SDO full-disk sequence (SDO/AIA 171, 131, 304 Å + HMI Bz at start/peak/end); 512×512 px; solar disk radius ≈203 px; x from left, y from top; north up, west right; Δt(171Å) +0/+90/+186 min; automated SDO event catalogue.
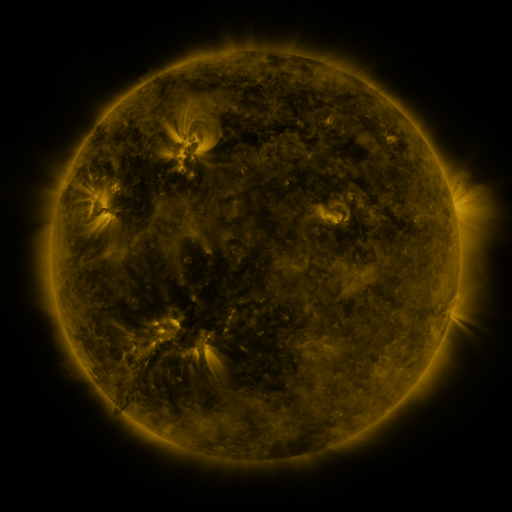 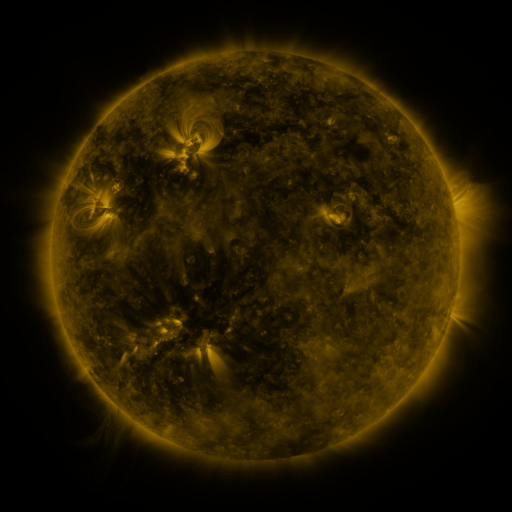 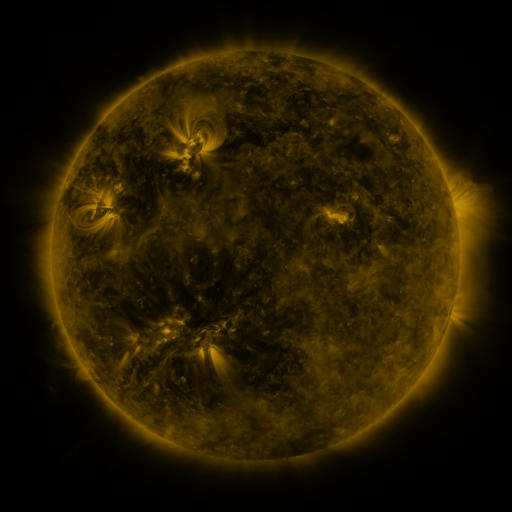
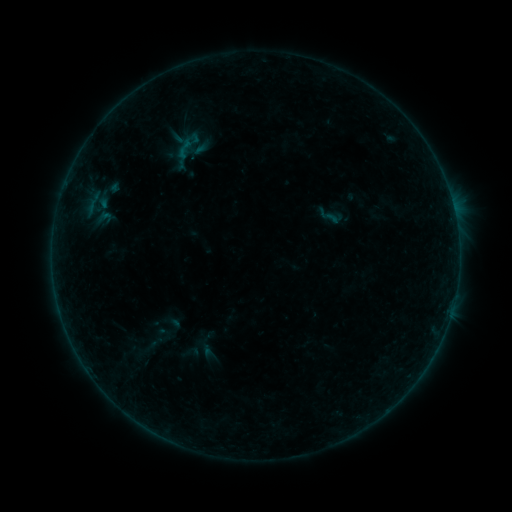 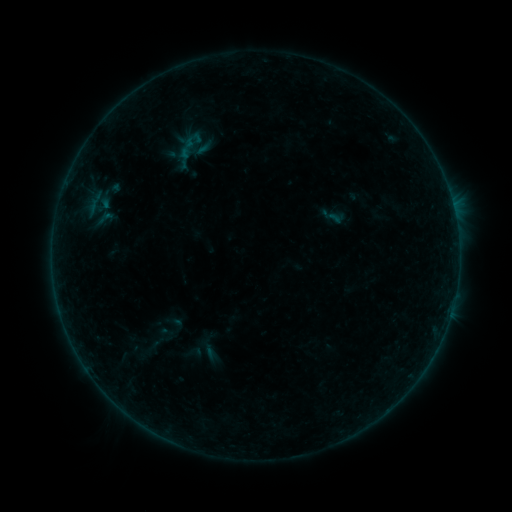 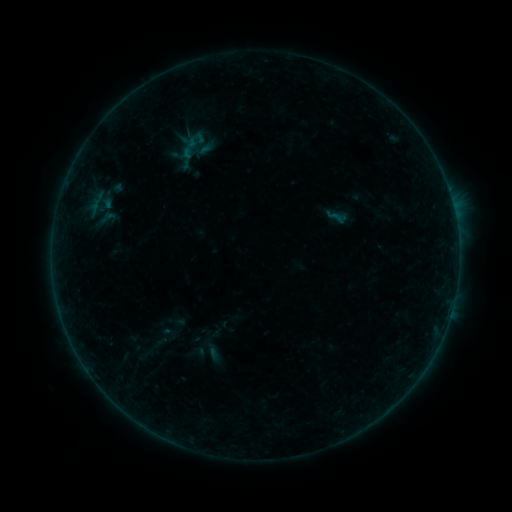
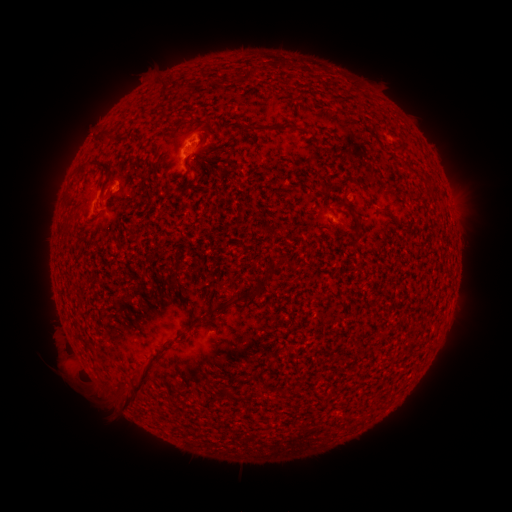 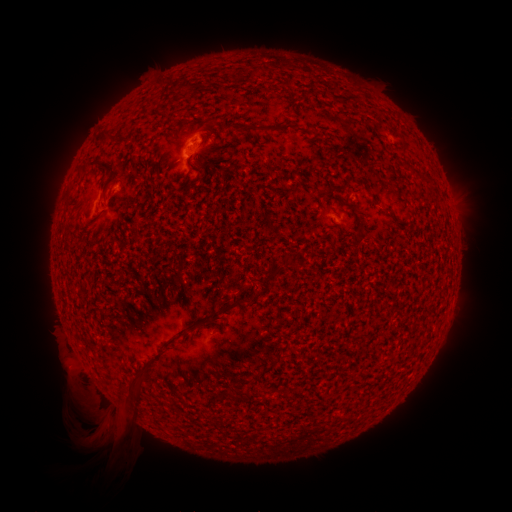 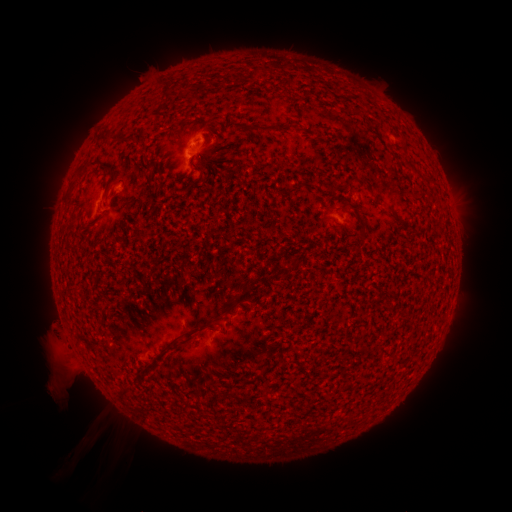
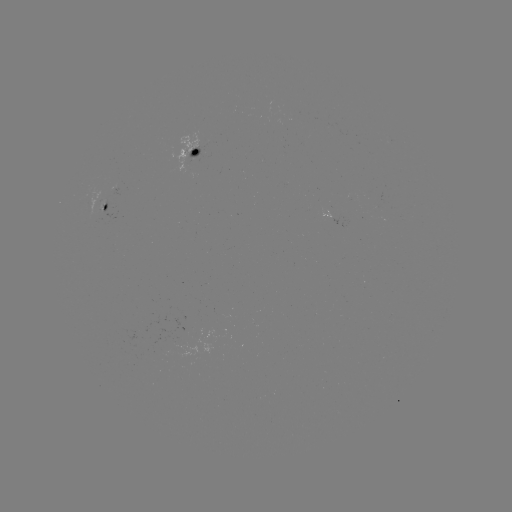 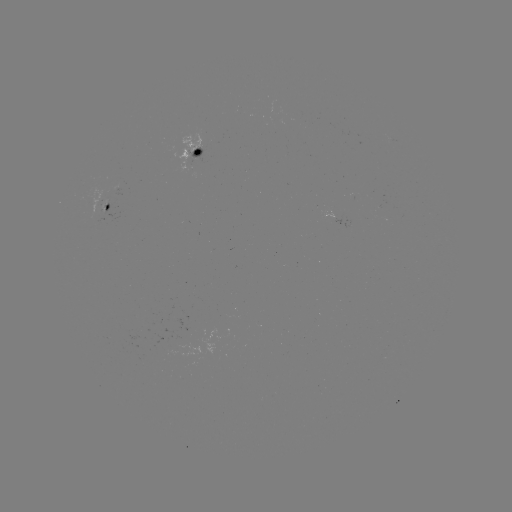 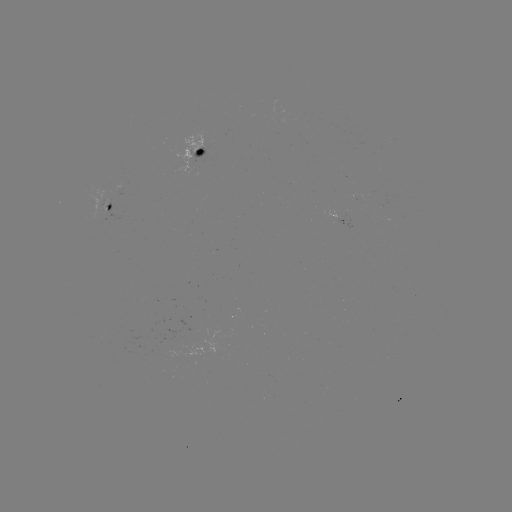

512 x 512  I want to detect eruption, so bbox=[25, 369, 150, 473].